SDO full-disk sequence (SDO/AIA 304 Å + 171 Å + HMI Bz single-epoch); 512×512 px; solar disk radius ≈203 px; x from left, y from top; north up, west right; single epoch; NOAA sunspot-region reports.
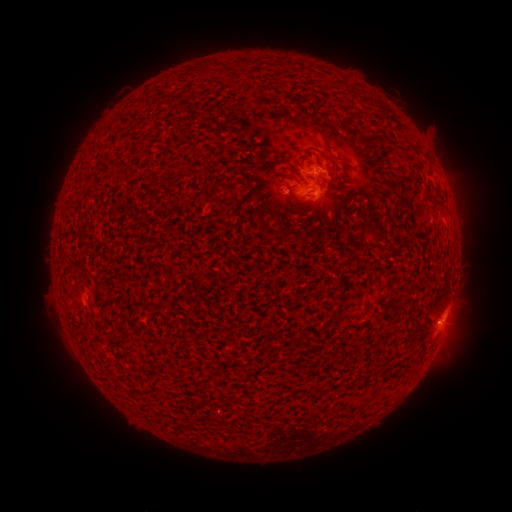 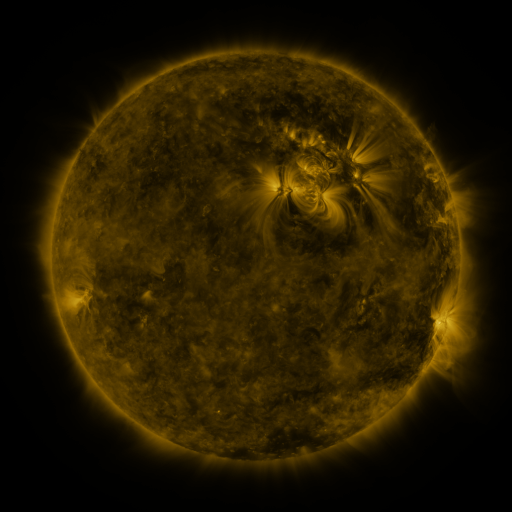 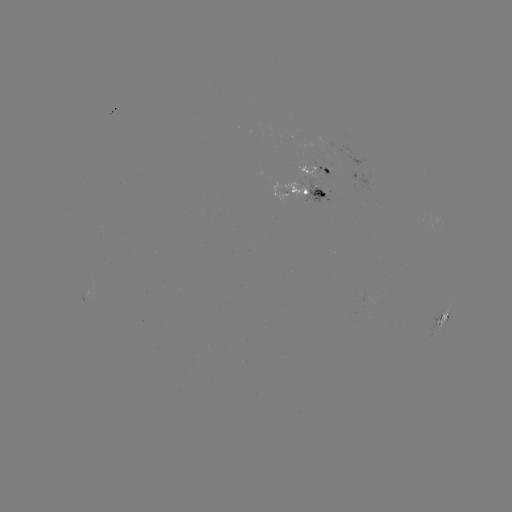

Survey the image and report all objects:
spotted active region: (319, 171)
spotted active region: (307, 193)
spotted active region: (444, 316)
